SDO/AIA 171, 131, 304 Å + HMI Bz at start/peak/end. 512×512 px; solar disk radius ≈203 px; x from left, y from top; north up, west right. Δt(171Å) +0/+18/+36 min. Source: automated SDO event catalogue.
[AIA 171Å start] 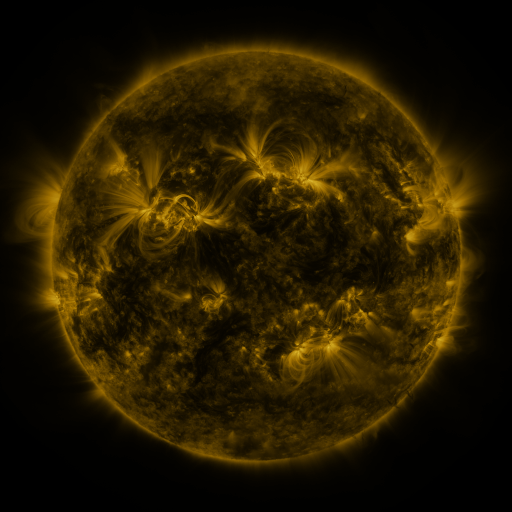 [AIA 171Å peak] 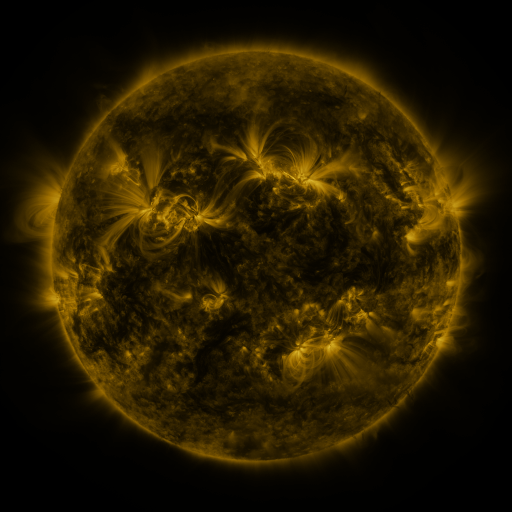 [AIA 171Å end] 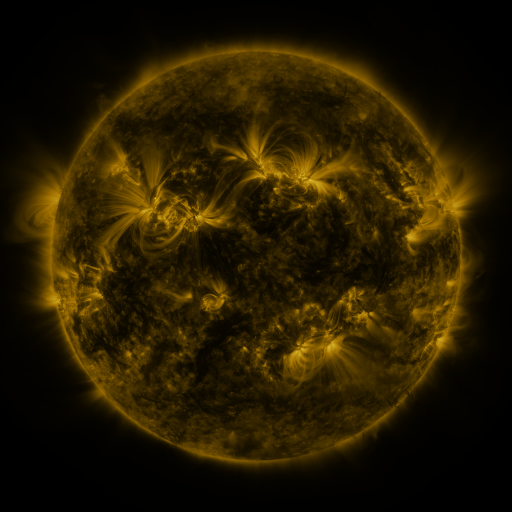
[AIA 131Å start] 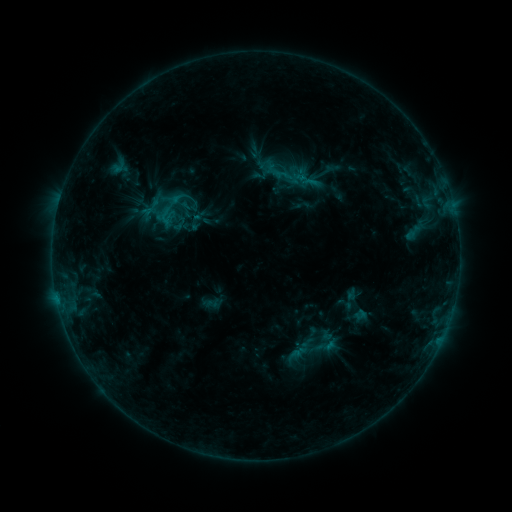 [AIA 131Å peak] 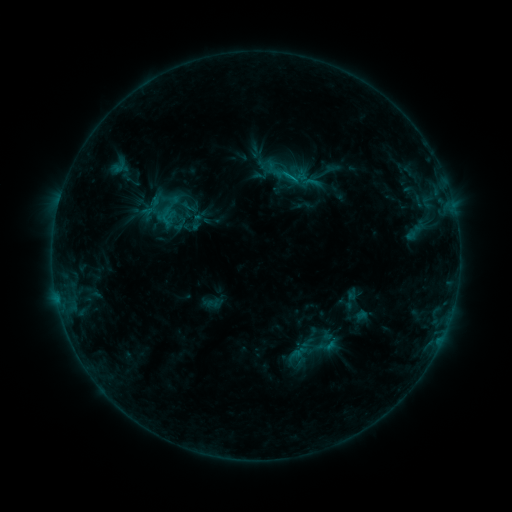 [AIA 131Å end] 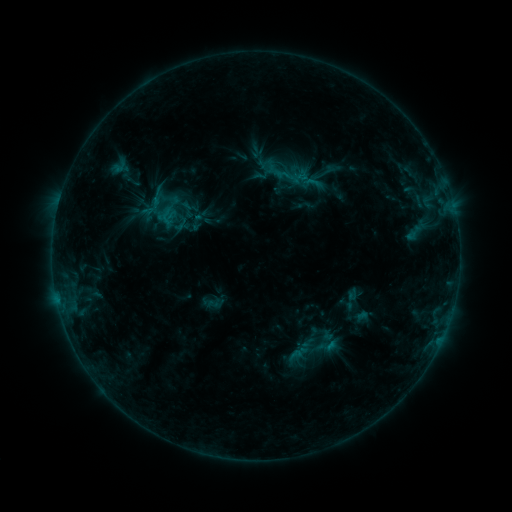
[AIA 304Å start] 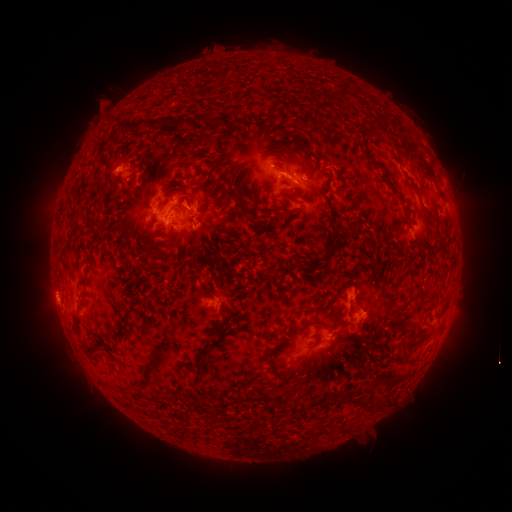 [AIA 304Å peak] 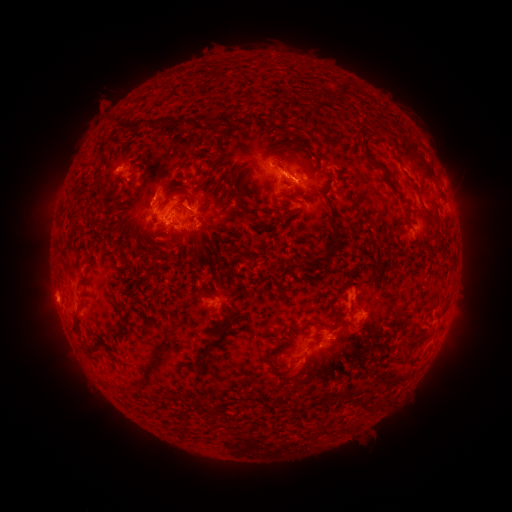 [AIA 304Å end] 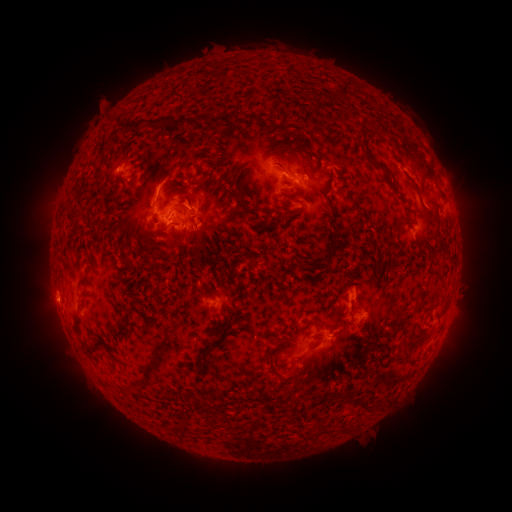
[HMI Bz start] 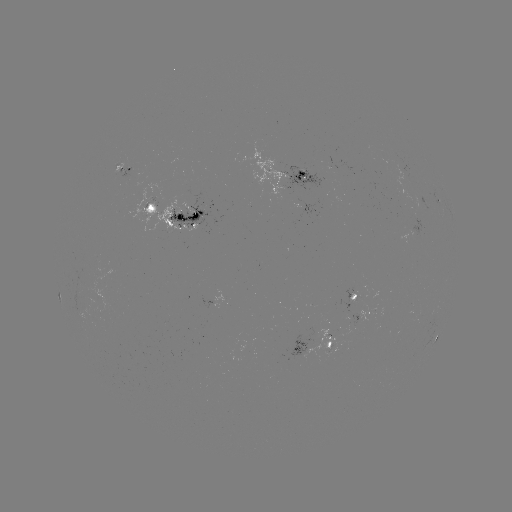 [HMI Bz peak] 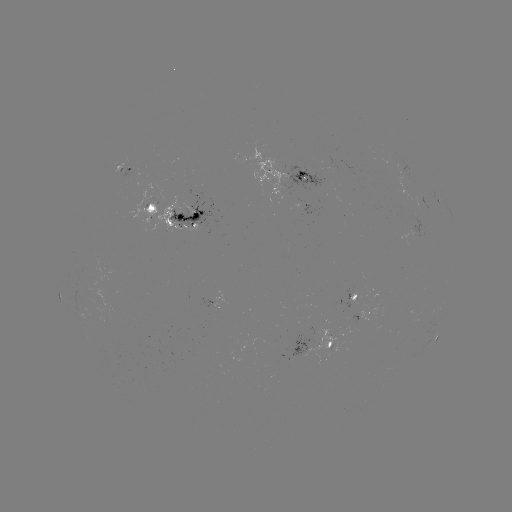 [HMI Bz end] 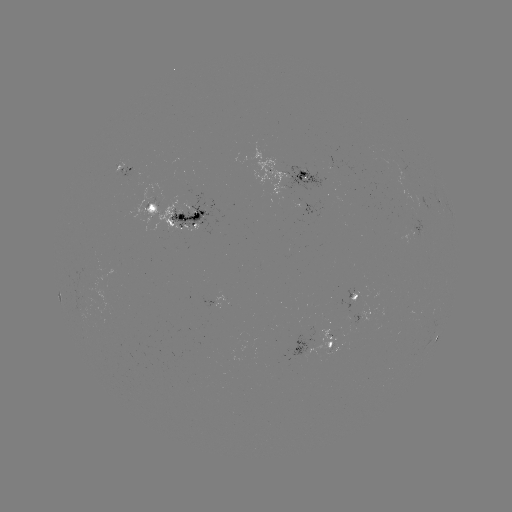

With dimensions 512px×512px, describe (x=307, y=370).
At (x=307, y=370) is eruption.